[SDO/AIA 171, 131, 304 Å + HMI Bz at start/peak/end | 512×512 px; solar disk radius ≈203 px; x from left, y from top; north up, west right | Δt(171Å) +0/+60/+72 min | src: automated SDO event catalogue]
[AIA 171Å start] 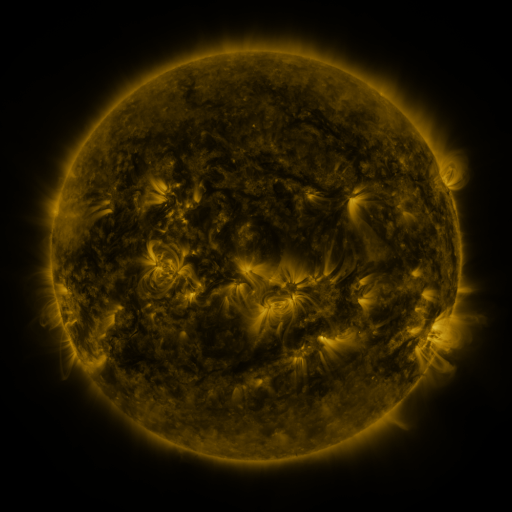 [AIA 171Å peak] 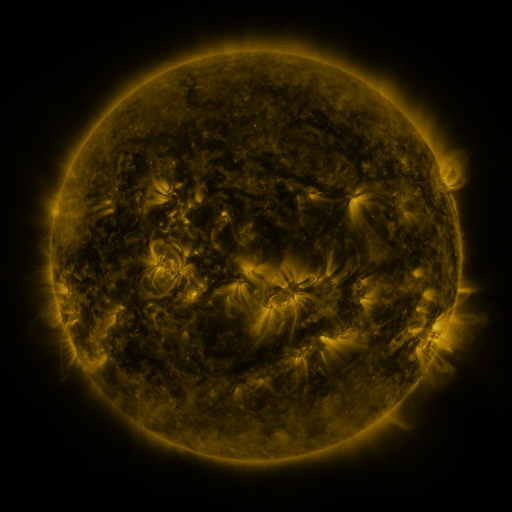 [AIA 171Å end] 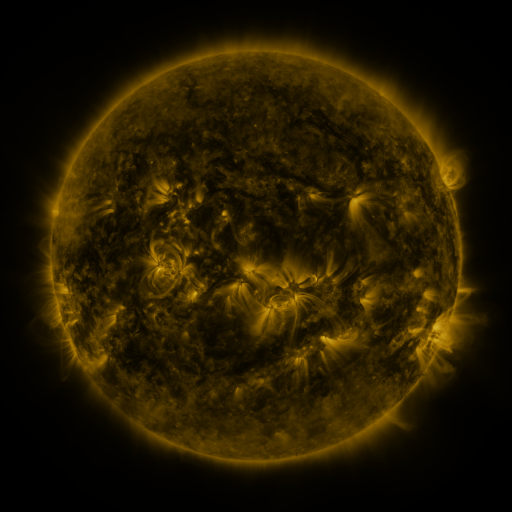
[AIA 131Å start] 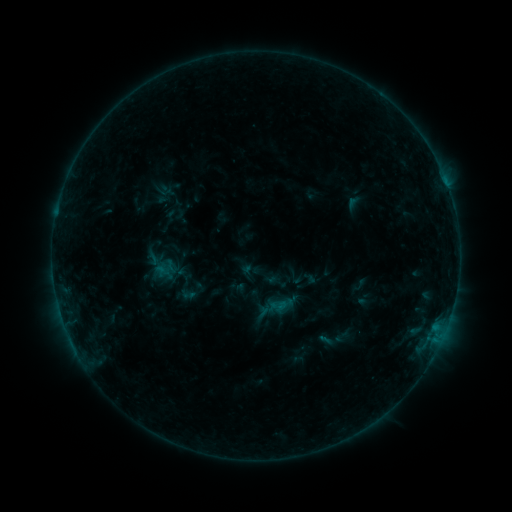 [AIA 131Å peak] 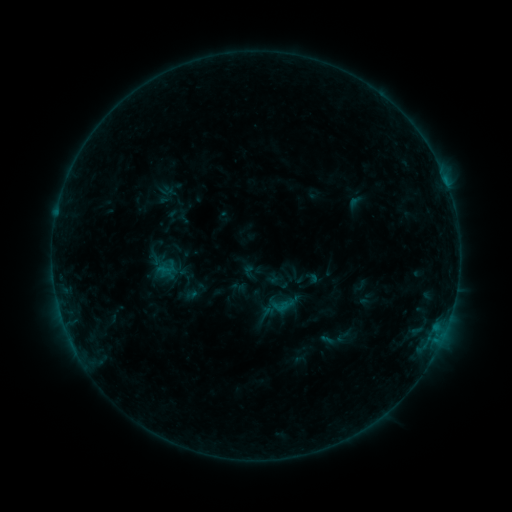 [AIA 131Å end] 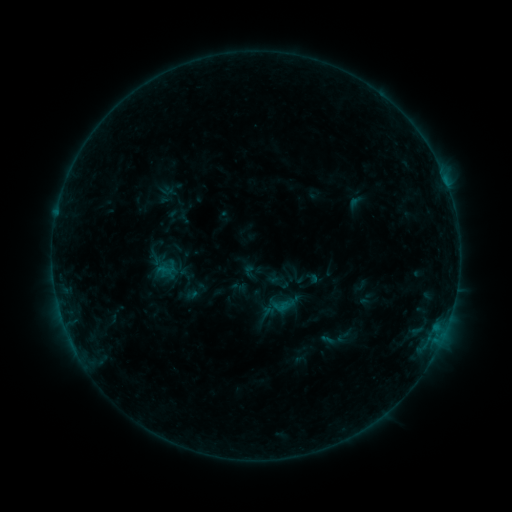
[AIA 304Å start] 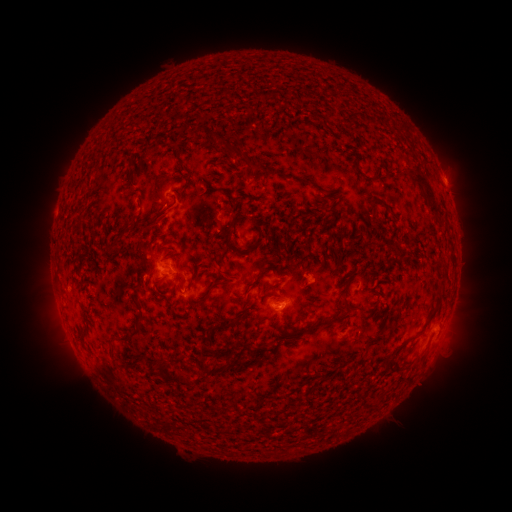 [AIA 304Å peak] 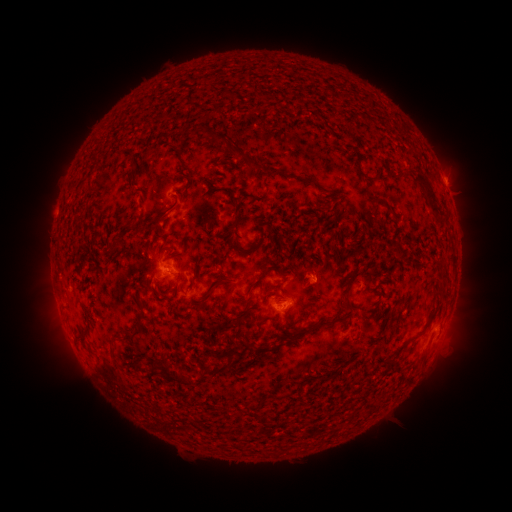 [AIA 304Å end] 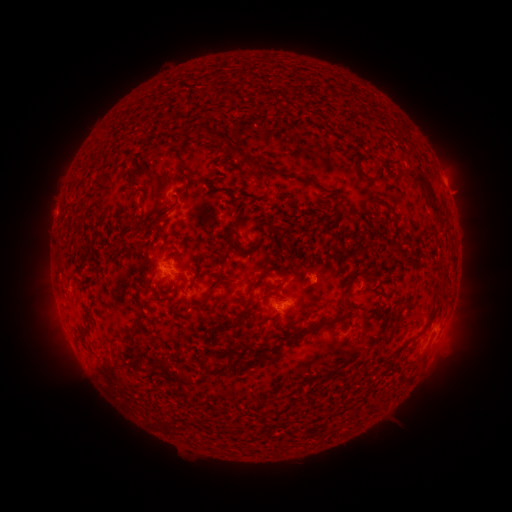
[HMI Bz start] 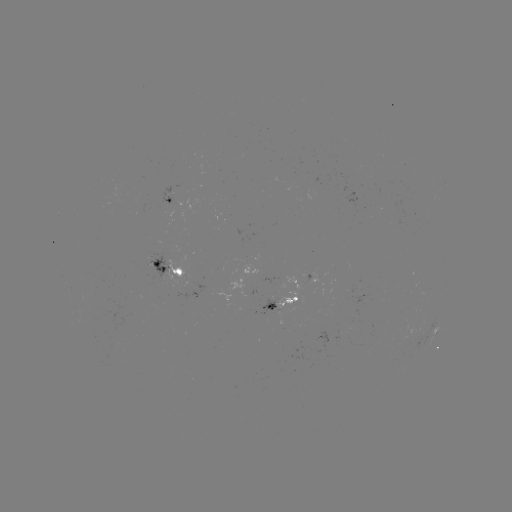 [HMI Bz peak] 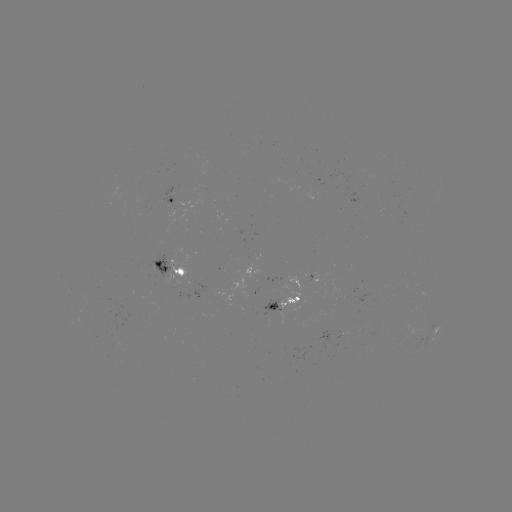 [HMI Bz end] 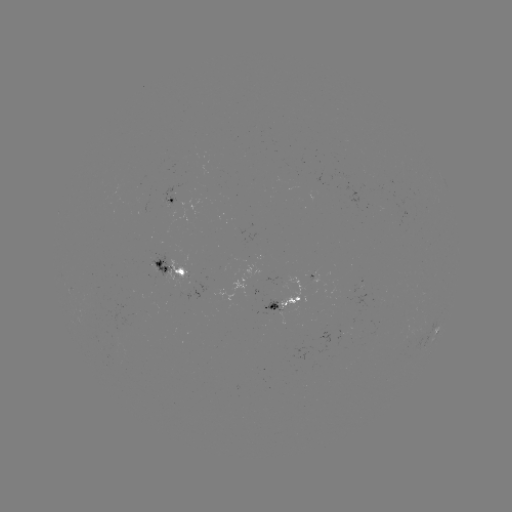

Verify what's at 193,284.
emerging-flux region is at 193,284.